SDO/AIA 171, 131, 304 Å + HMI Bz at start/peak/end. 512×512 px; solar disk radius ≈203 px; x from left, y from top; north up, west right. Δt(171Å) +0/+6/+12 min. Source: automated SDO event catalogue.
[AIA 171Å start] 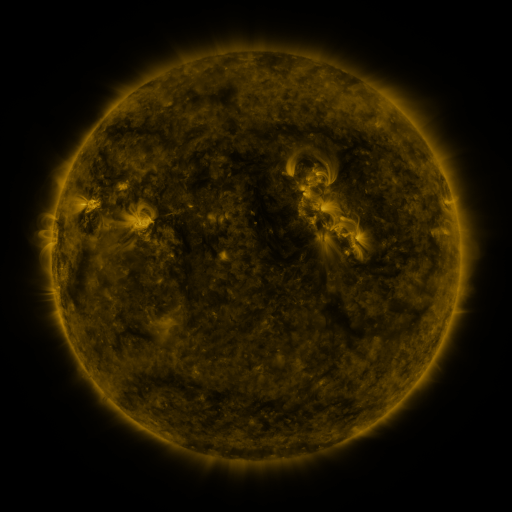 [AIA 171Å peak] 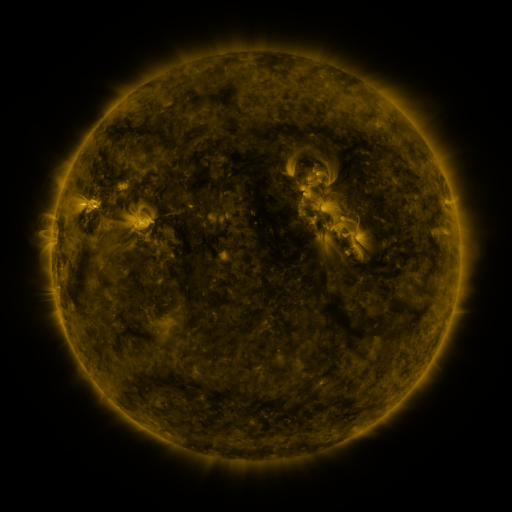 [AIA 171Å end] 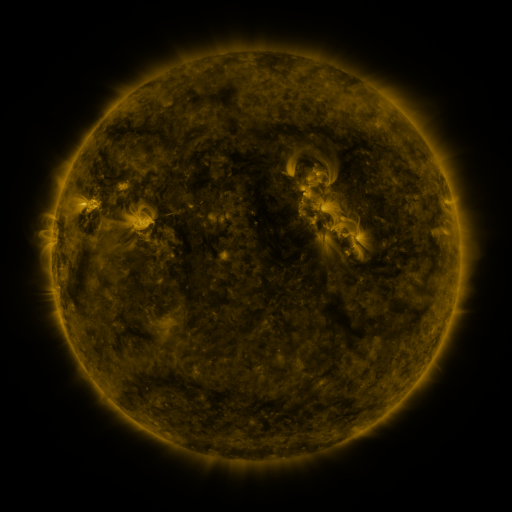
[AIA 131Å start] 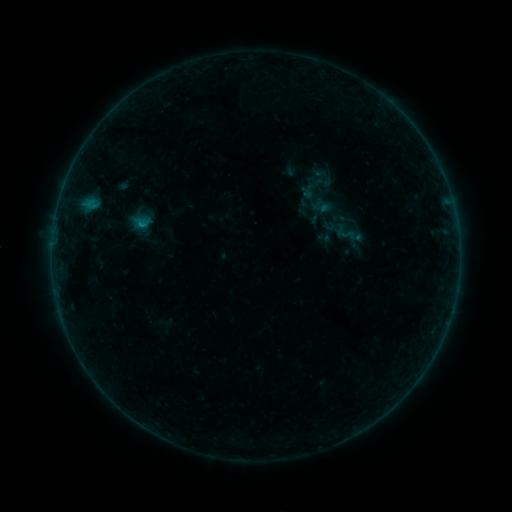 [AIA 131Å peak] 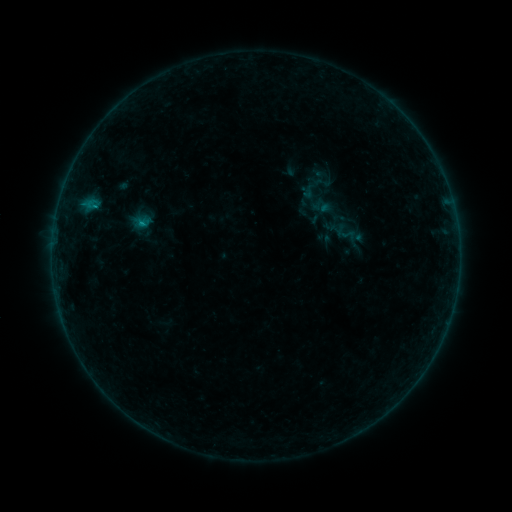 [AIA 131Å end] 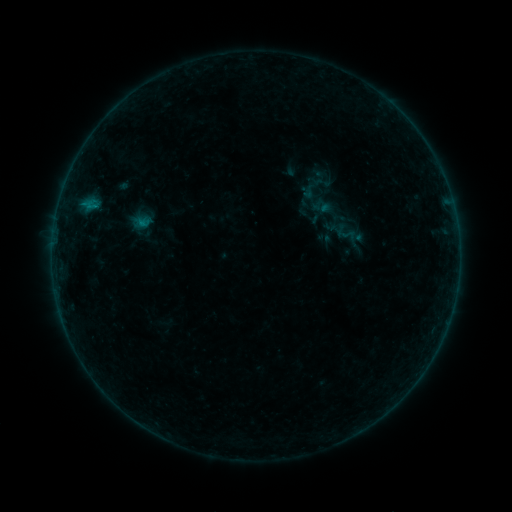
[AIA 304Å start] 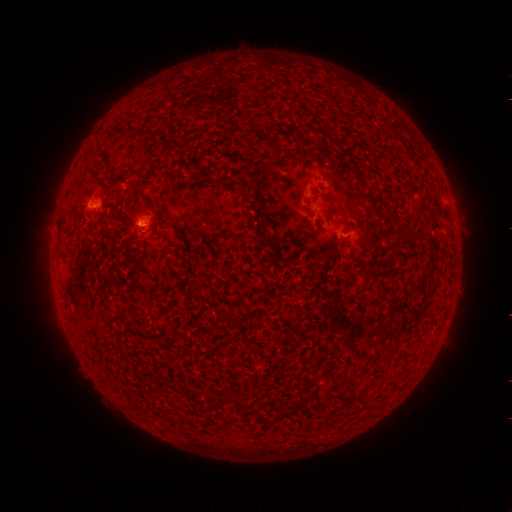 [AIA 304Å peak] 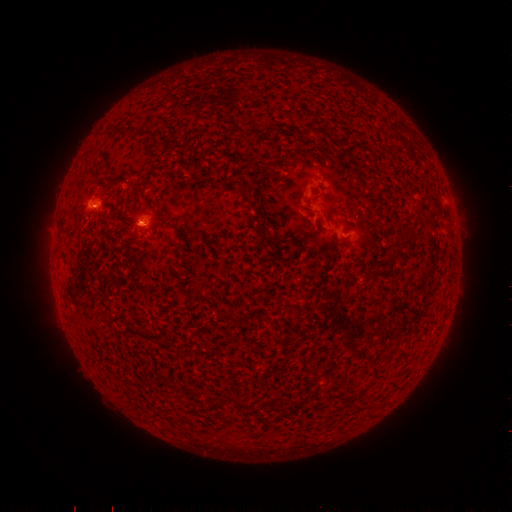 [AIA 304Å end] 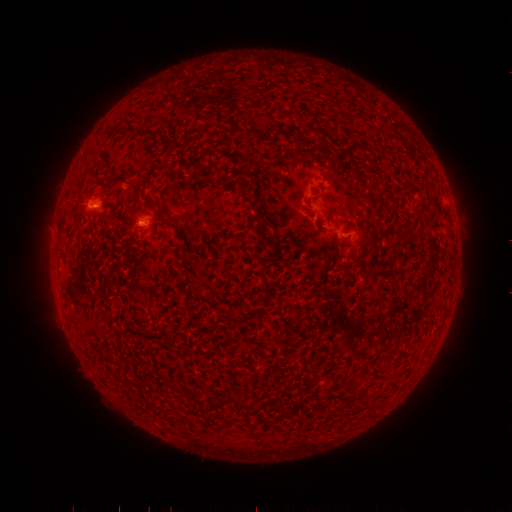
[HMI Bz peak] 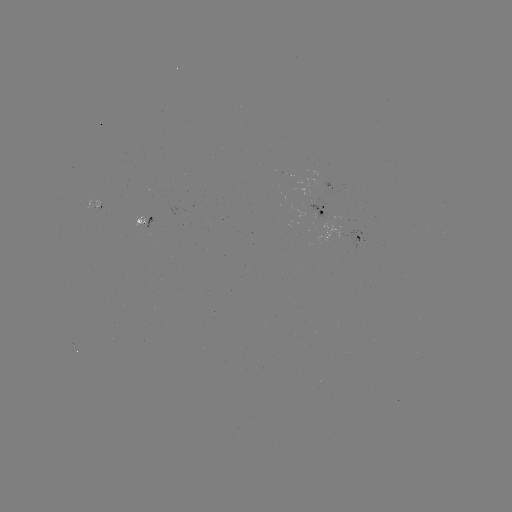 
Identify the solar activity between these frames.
B4.1 flare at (142, 223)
